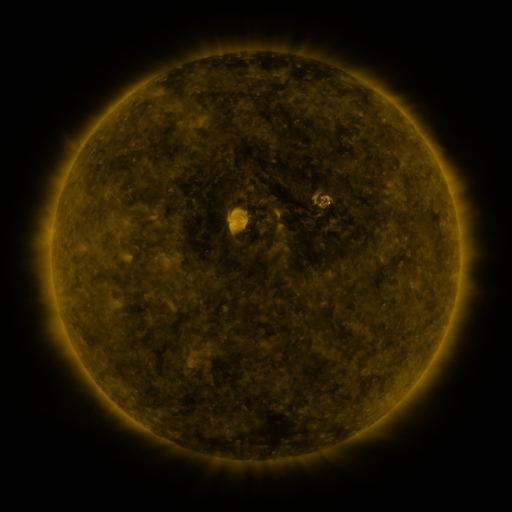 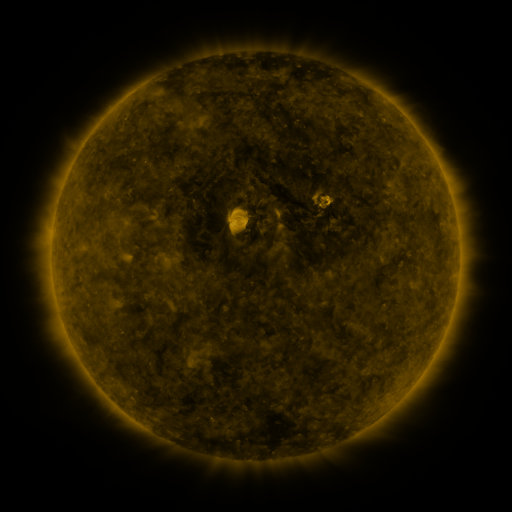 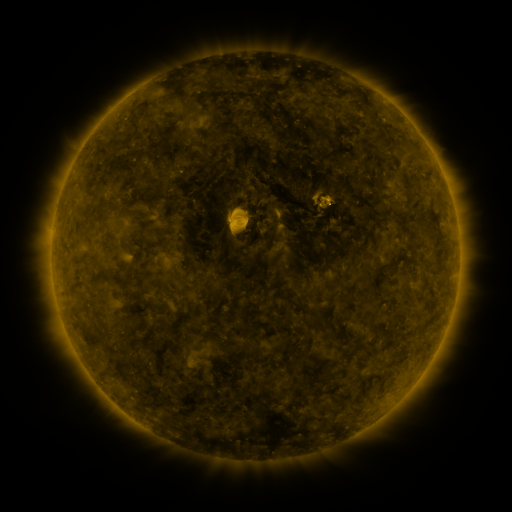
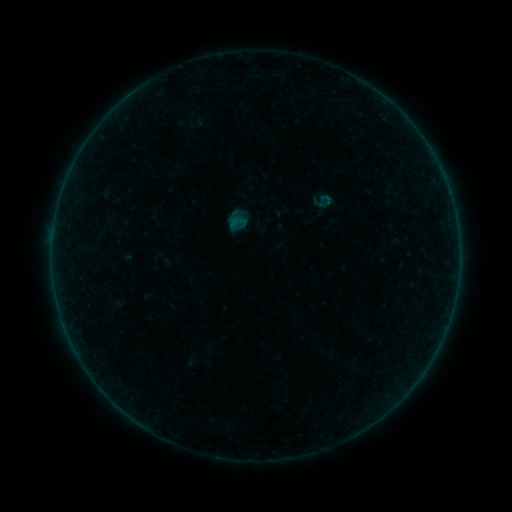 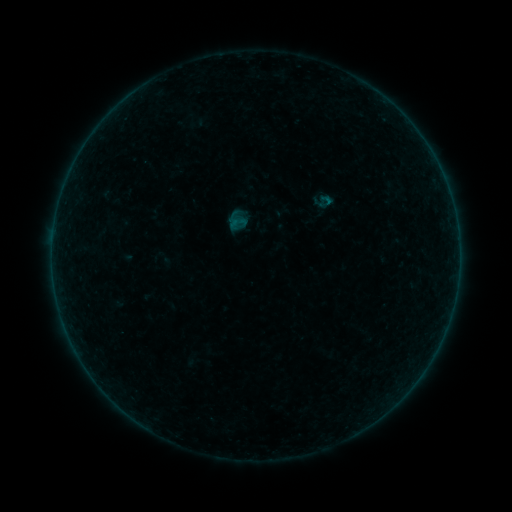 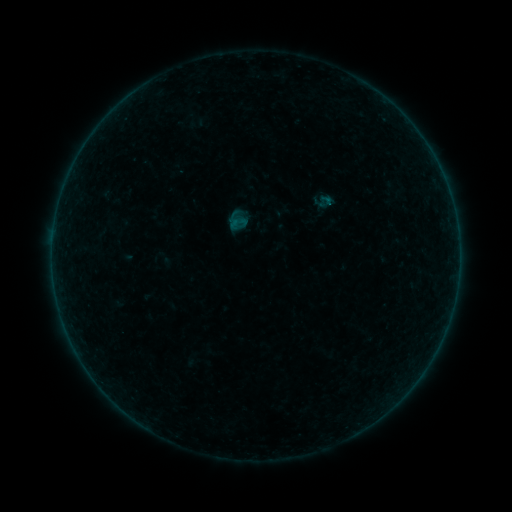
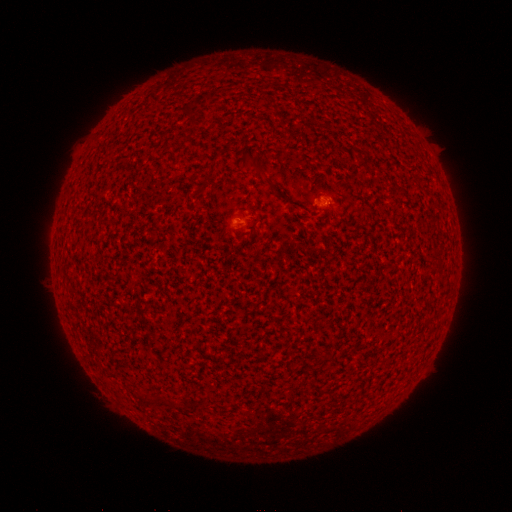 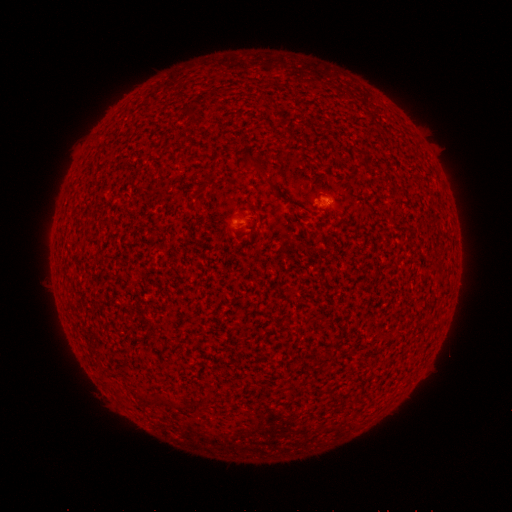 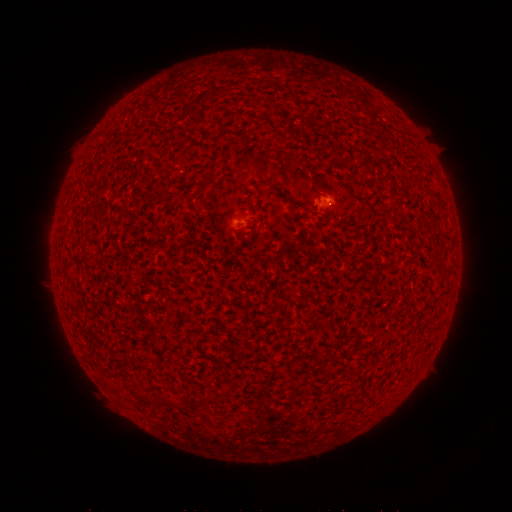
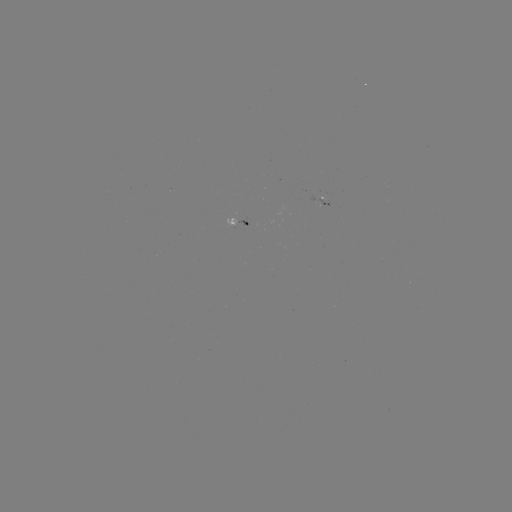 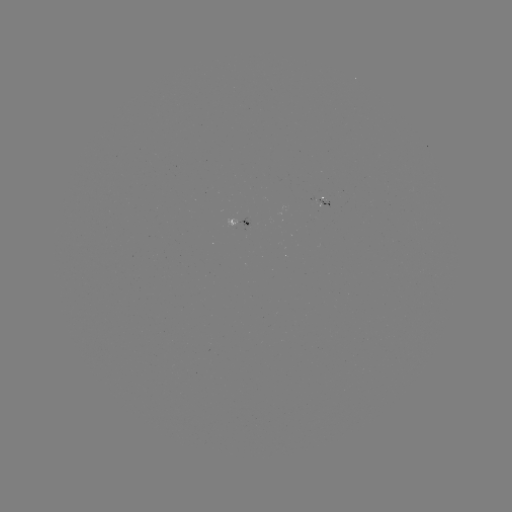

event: flare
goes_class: A1.6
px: (328, 201)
